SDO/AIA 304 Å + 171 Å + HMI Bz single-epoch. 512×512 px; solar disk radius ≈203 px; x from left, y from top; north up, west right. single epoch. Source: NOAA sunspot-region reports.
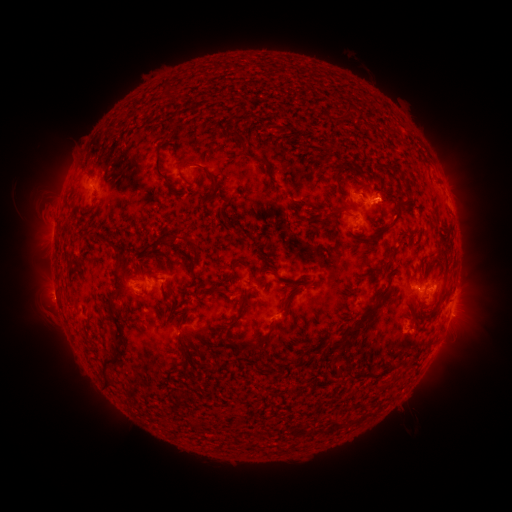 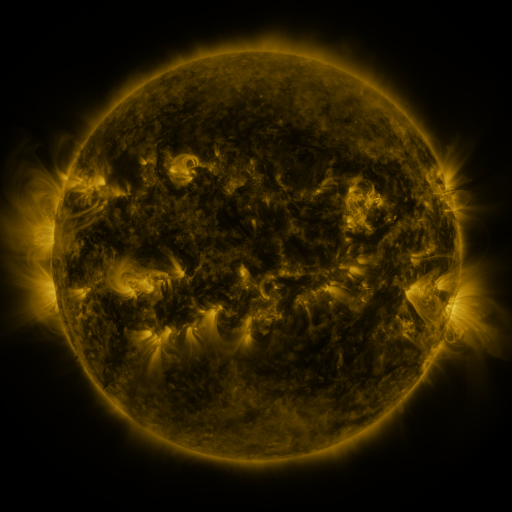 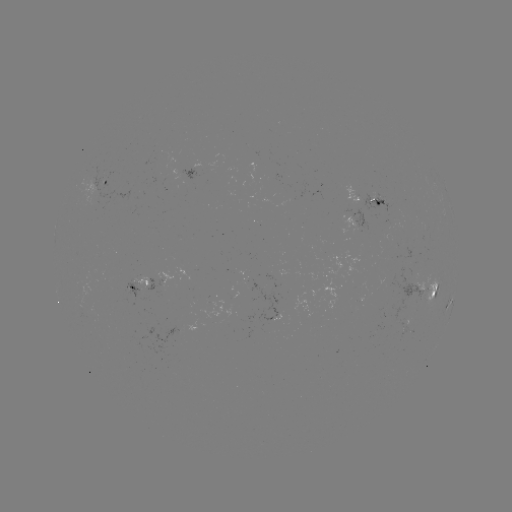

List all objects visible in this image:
spotted active region: (192, 175)
spotted active region: (106, 185)
spotted active region: (368, 201)
spotted active region: (354, 224)
spotted active region: (140, 289)
spotted active region: (427, 293)
spotted active region: (453, 301)
spotted active region: (447, 307)
